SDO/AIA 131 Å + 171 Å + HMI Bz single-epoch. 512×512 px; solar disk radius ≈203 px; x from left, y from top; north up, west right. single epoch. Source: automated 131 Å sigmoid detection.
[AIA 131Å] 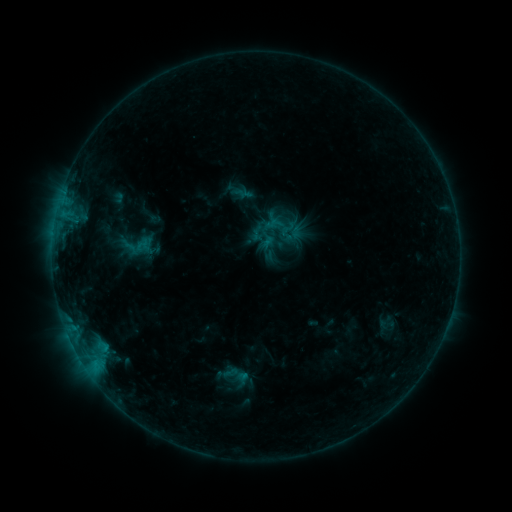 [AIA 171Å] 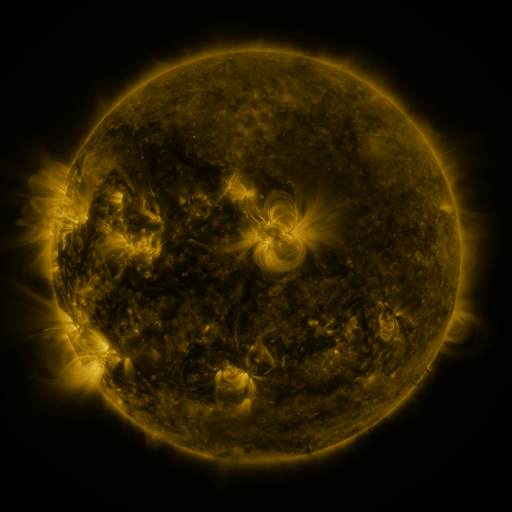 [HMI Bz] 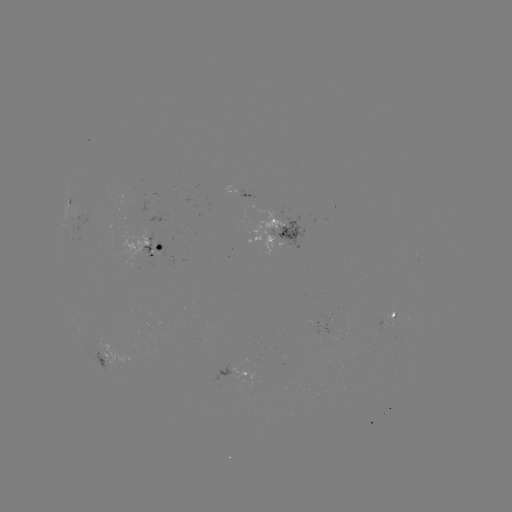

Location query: sigmoid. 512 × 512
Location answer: [283, 241].